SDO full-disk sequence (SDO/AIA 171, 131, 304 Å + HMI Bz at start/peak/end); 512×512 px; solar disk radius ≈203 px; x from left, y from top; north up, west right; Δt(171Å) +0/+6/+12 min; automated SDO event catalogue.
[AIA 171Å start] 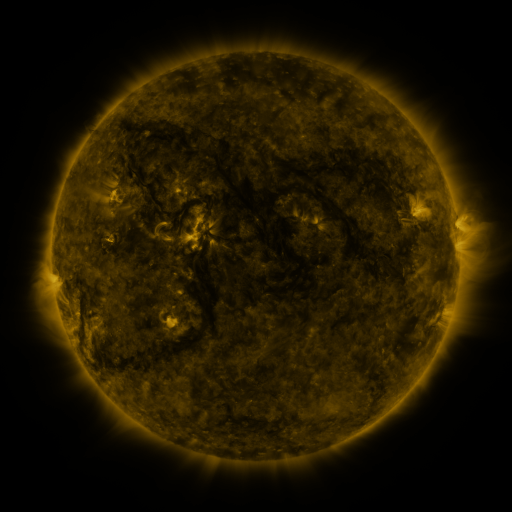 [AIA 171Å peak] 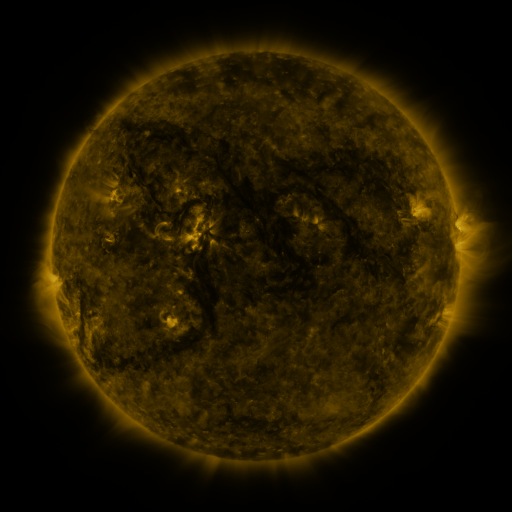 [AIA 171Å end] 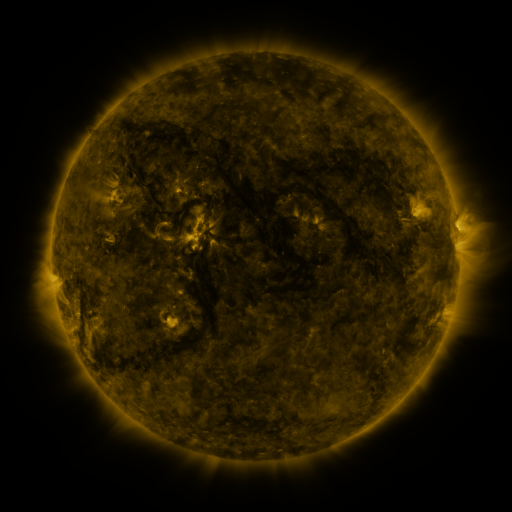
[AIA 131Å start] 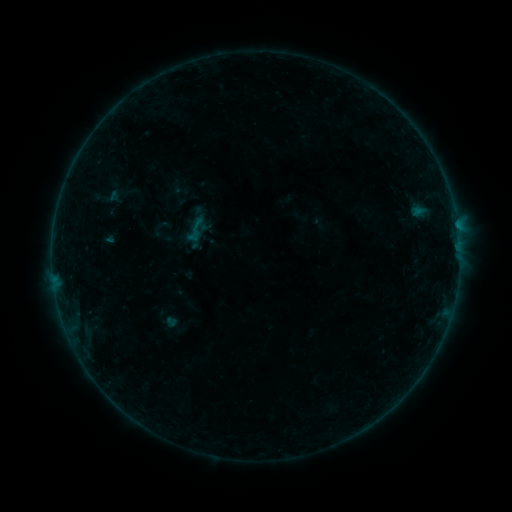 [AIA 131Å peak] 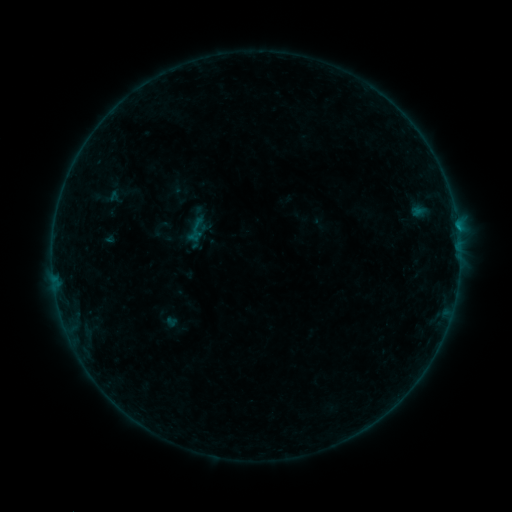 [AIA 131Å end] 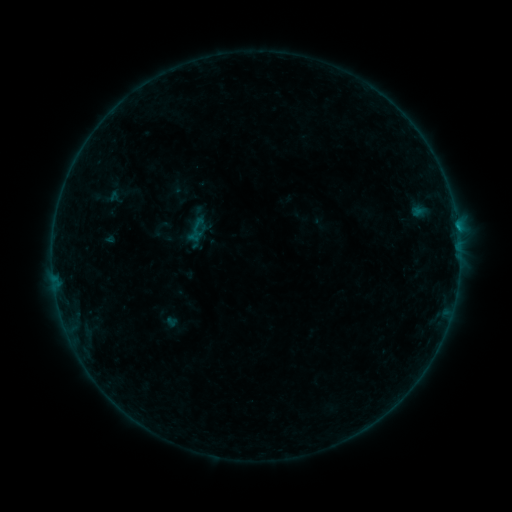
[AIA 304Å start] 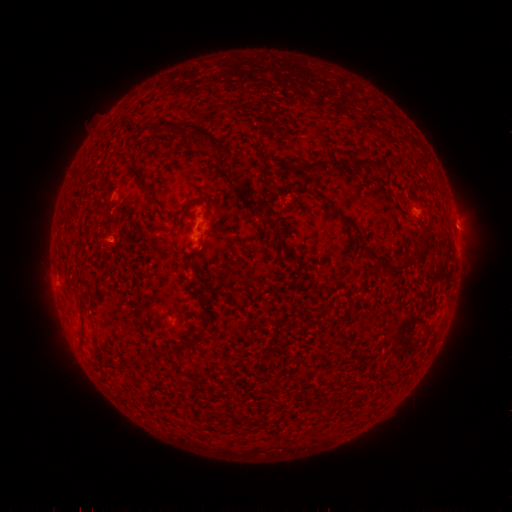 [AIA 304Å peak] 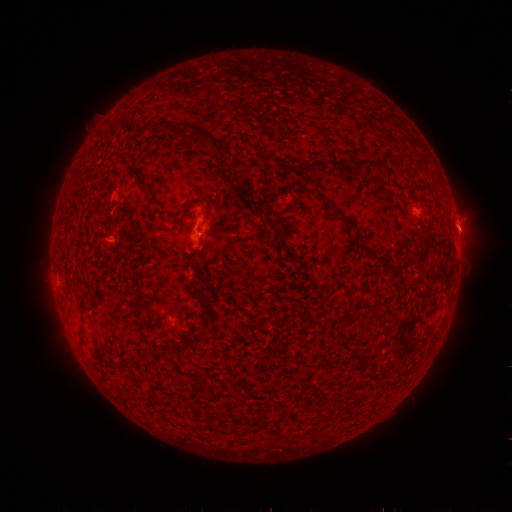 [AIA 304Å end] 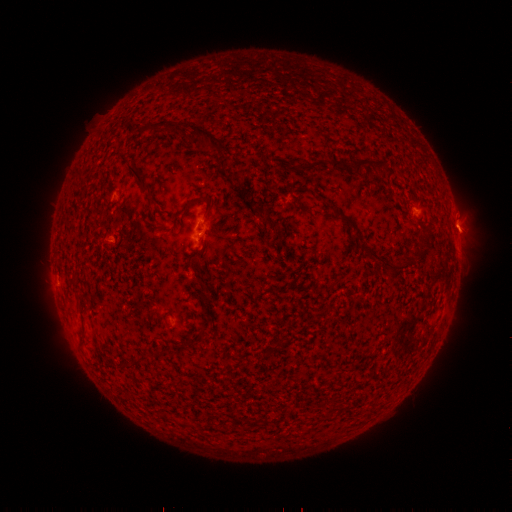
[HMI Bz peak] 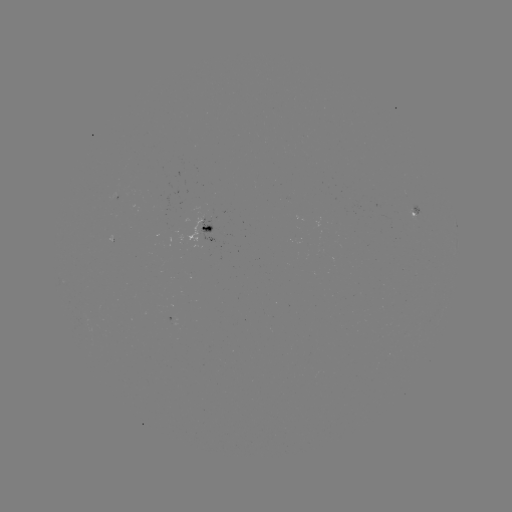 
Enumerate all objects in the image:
B2.2 flare: (457, 227)
